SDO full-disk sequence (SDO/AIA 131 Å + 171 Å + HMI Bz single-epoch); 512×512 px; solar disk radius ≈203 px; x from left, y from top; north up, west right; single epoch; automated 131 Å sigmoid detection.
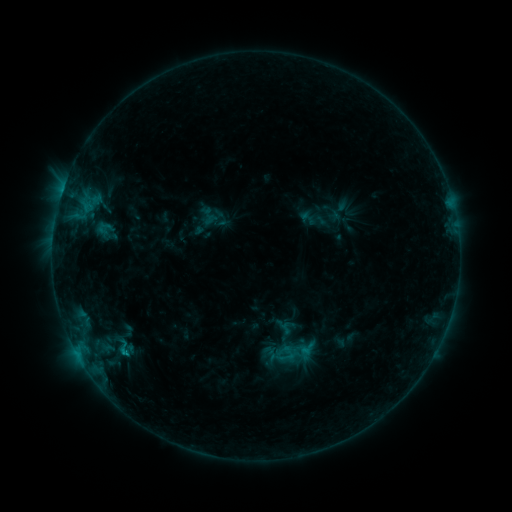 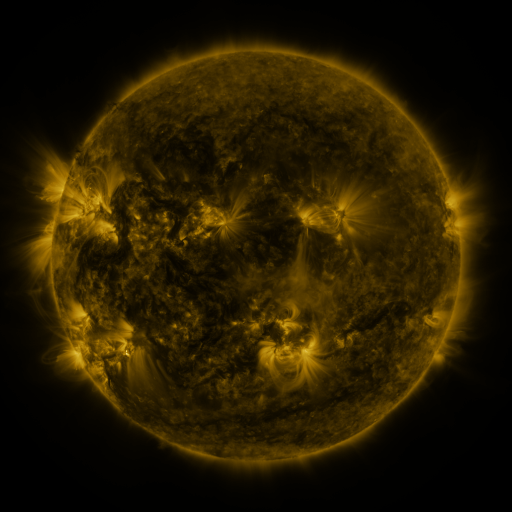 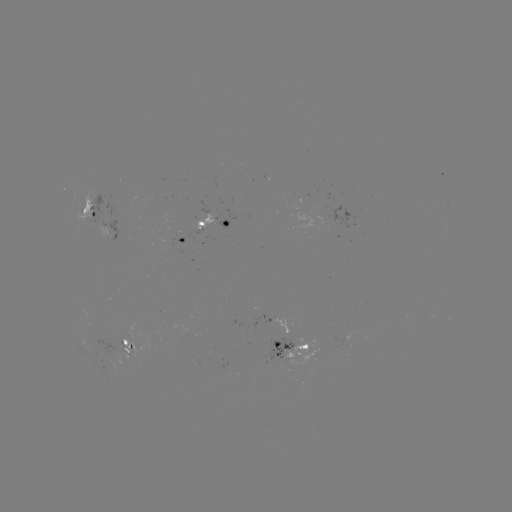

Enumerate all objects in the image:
sigmoid: (108, 338, 139, 358)
